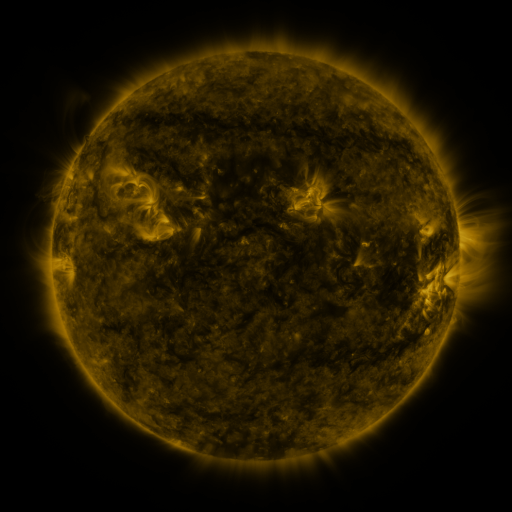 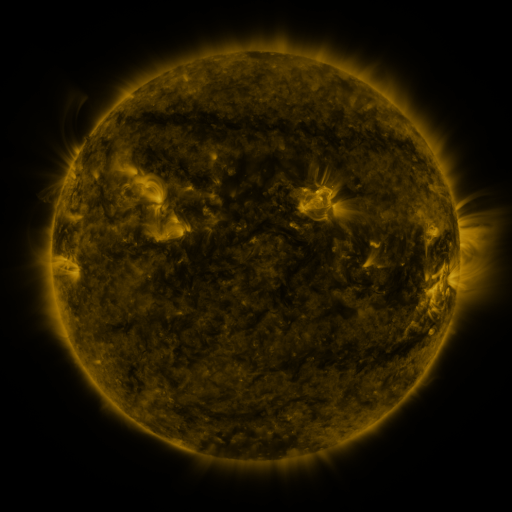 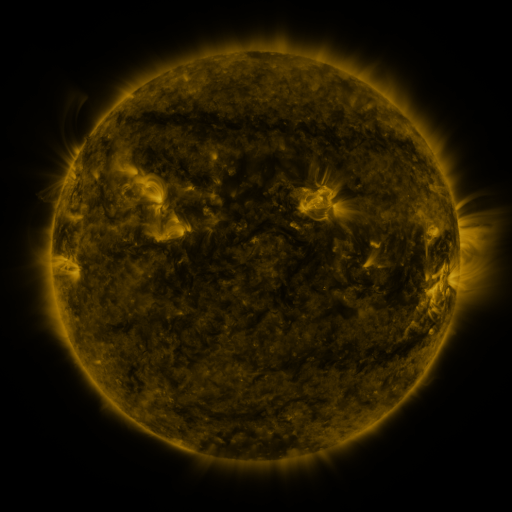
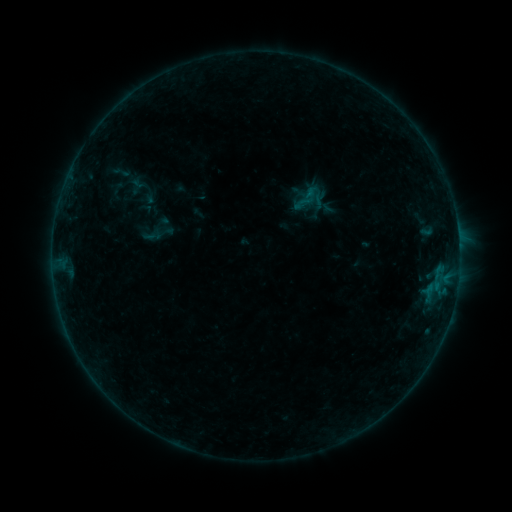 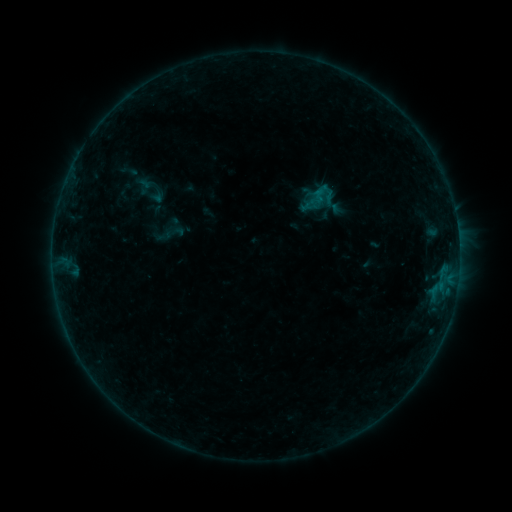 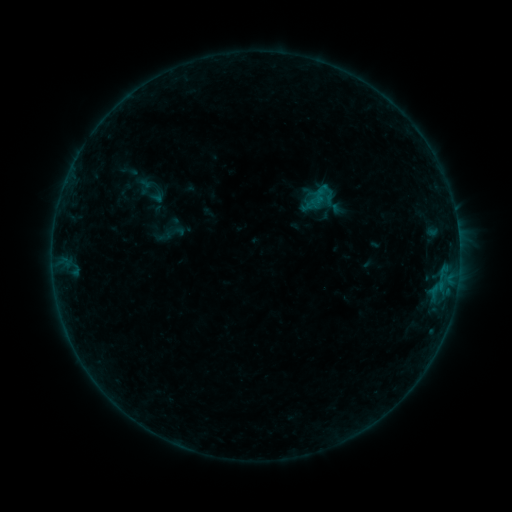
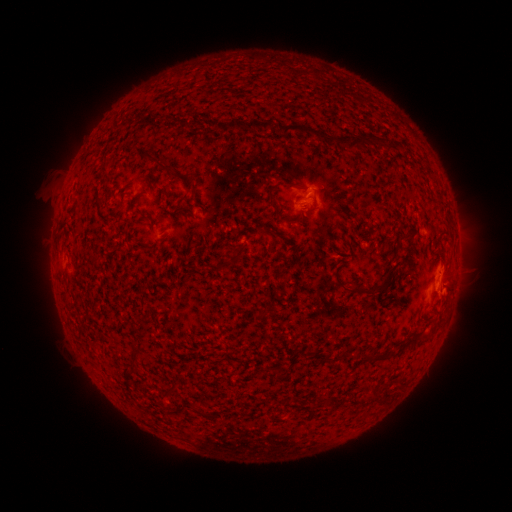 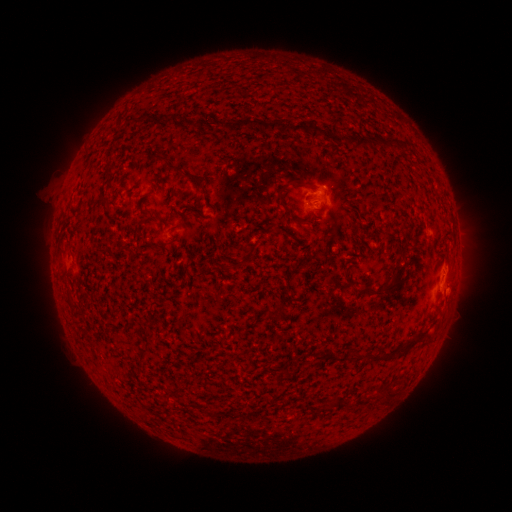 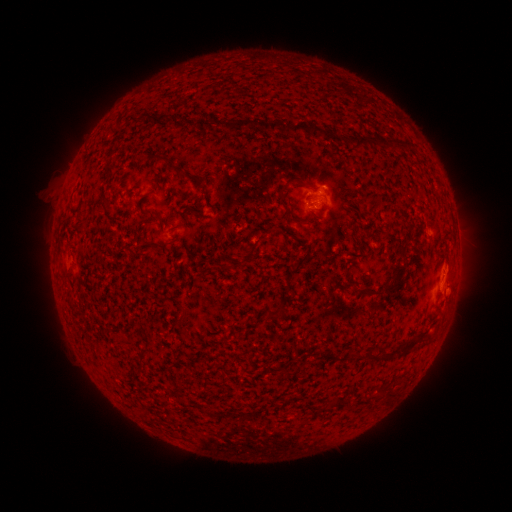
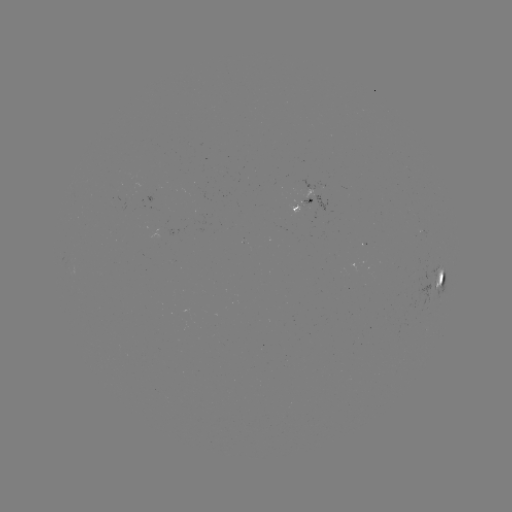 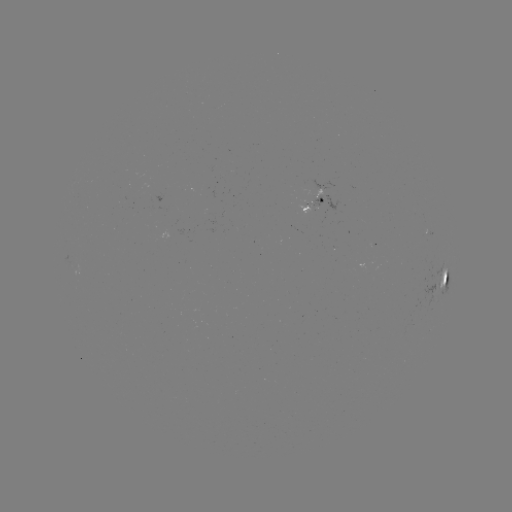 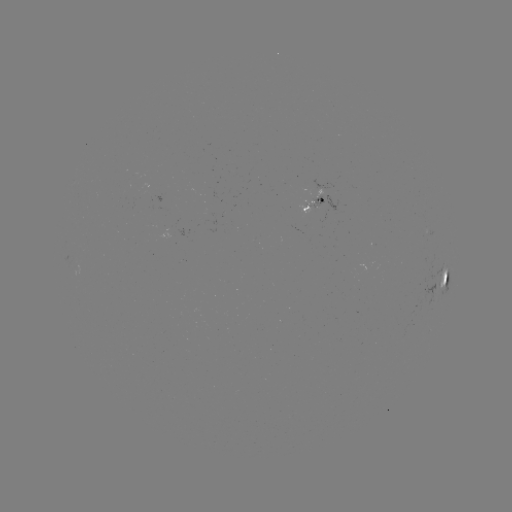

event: emerging-flux region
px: (316, 198)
